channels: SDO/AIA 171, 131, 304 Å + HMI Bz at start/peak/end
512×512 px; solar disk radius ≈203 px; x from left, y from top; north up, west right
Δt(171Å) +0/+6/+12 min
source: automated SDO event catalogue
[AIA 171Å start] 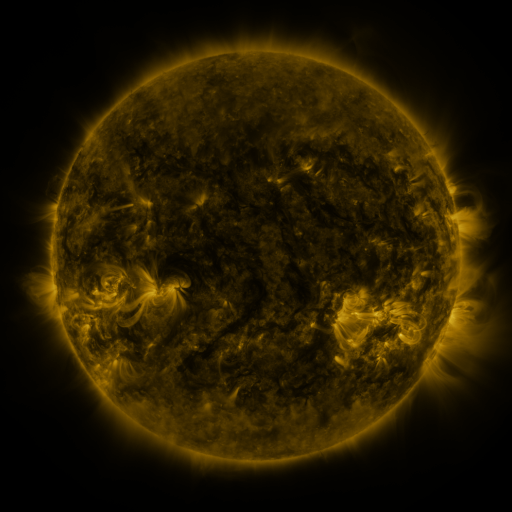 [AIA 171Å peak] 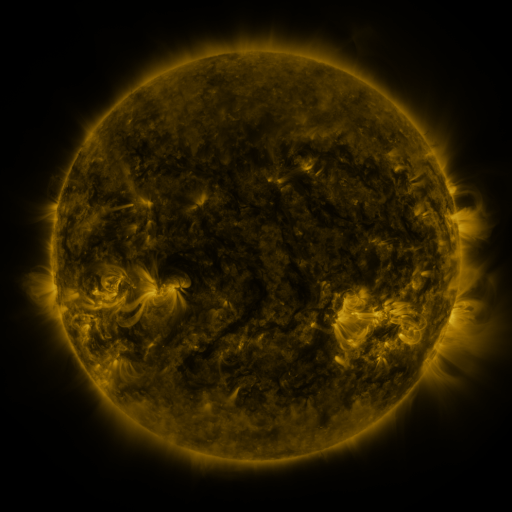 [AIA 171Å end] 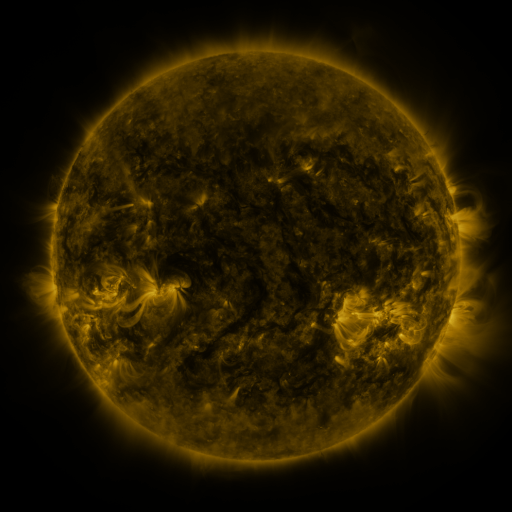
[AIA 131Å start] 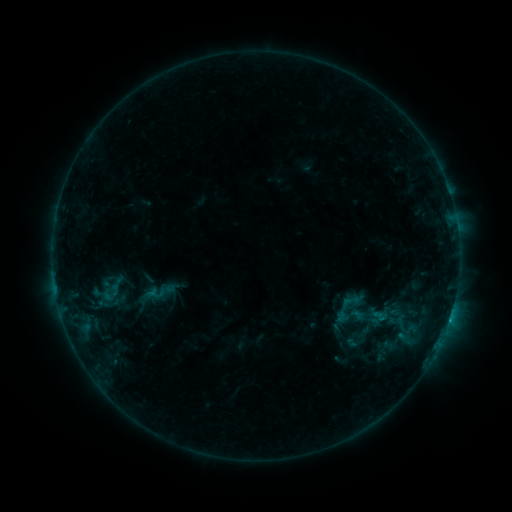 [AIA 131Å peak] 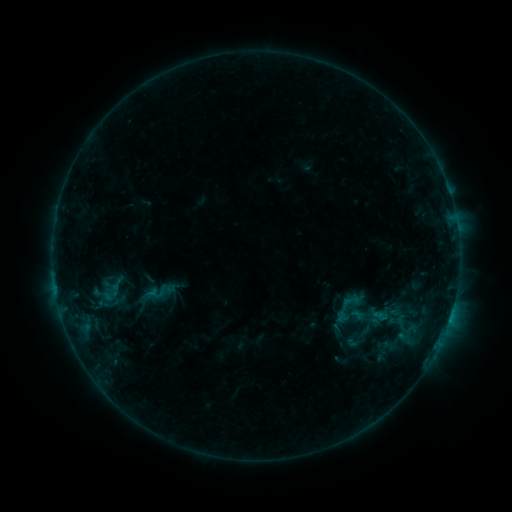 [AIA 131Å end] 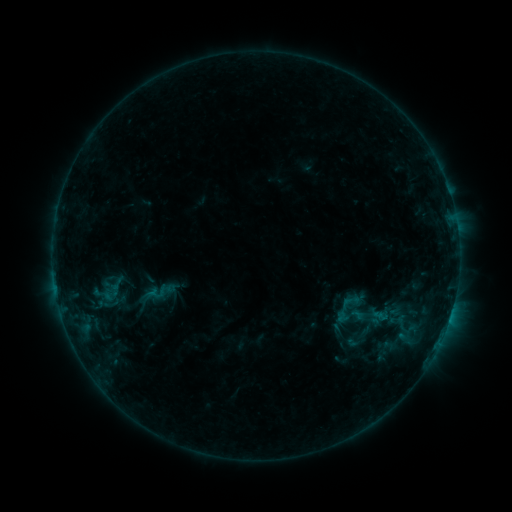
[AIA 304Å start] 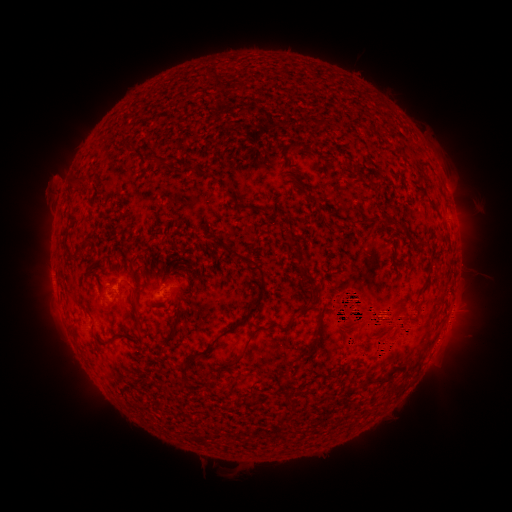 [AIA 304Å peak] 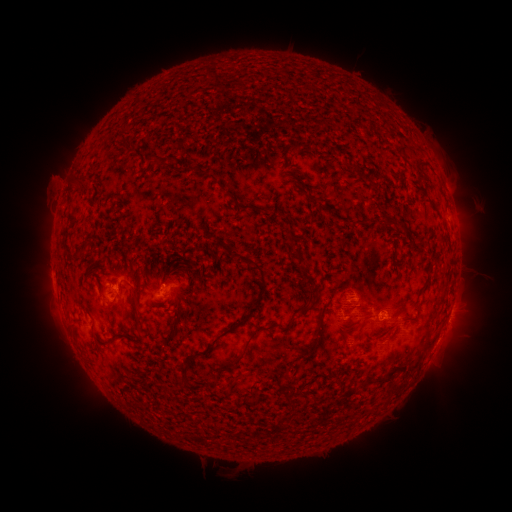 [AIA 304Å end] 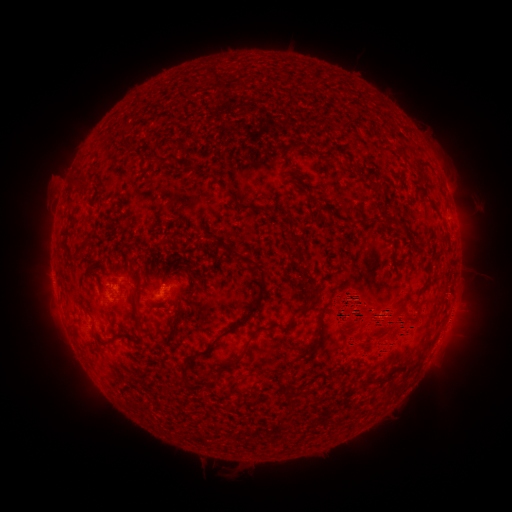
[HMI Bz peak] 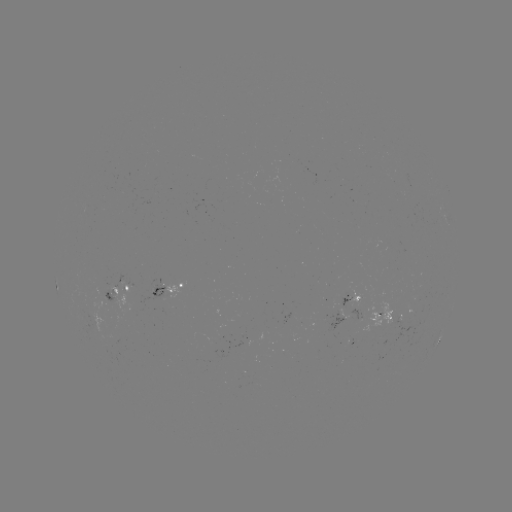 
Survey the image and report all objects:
eruption: (415, 321)
